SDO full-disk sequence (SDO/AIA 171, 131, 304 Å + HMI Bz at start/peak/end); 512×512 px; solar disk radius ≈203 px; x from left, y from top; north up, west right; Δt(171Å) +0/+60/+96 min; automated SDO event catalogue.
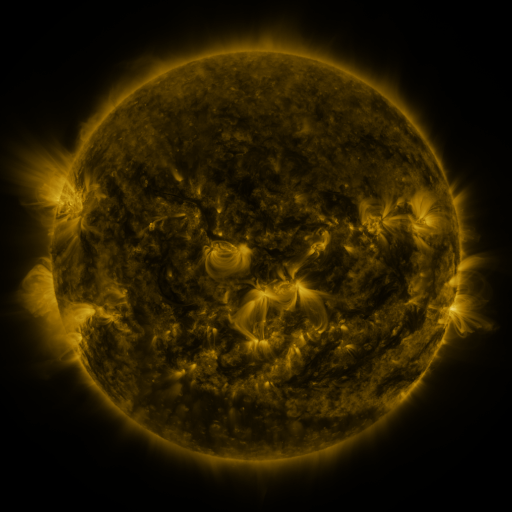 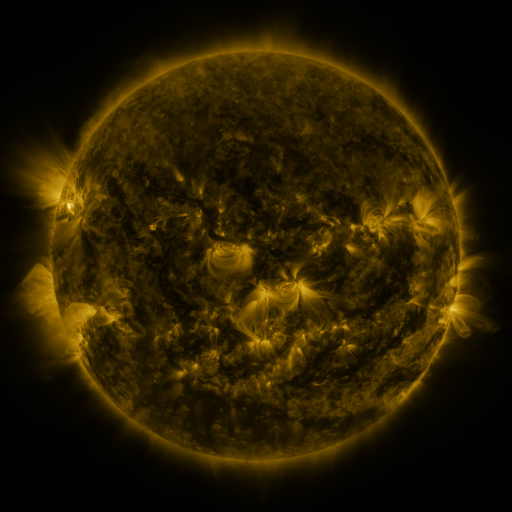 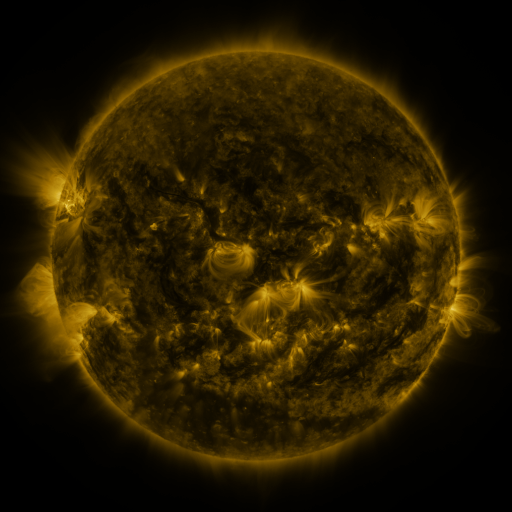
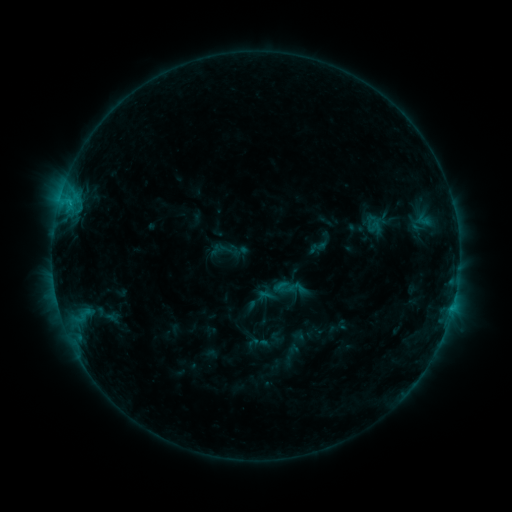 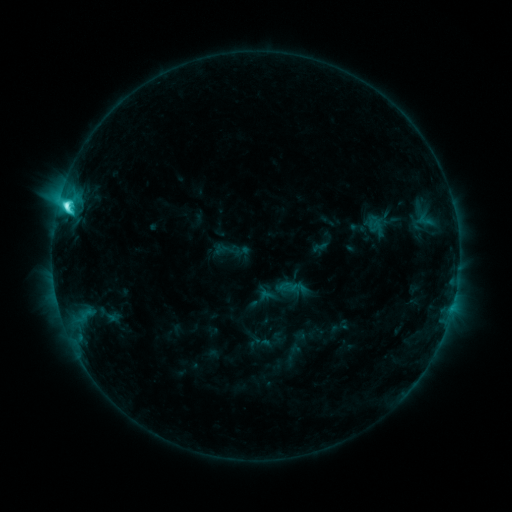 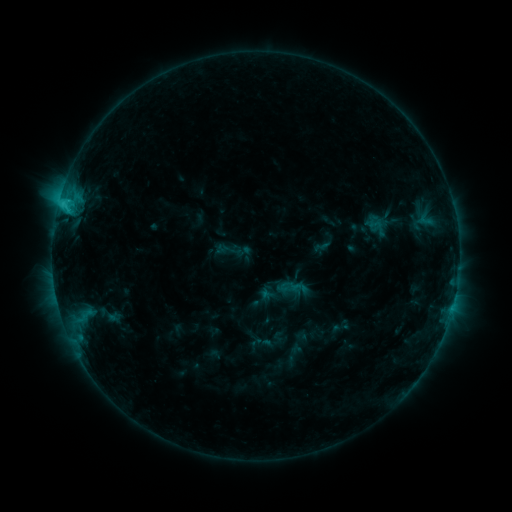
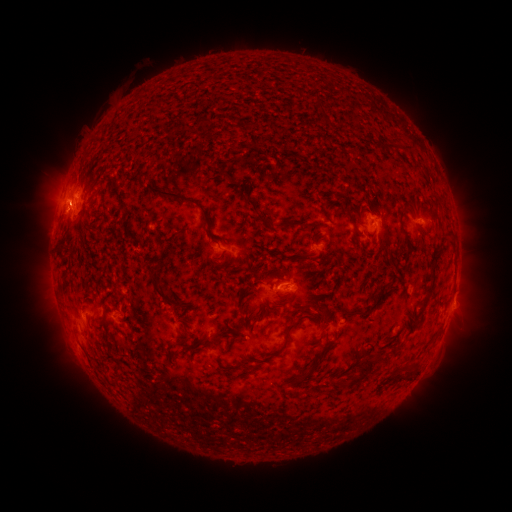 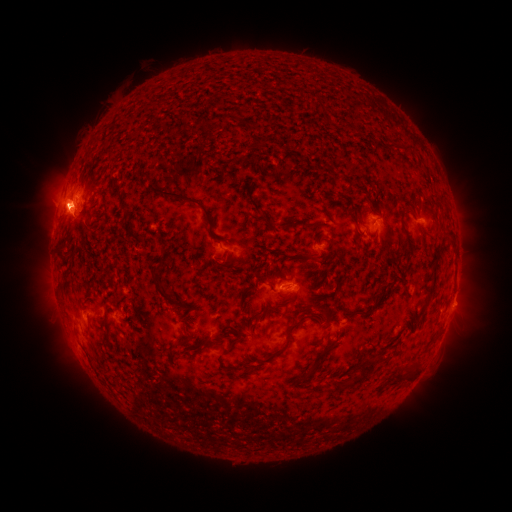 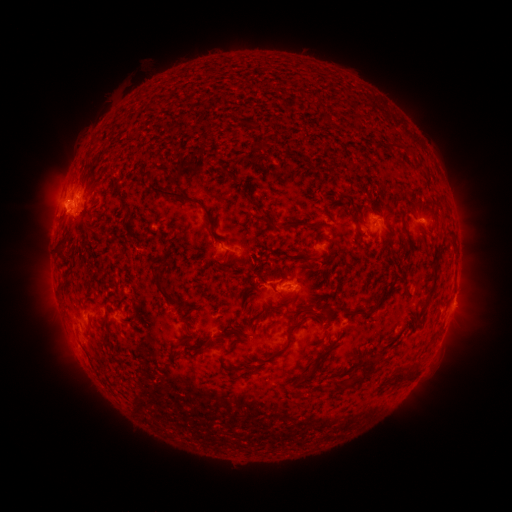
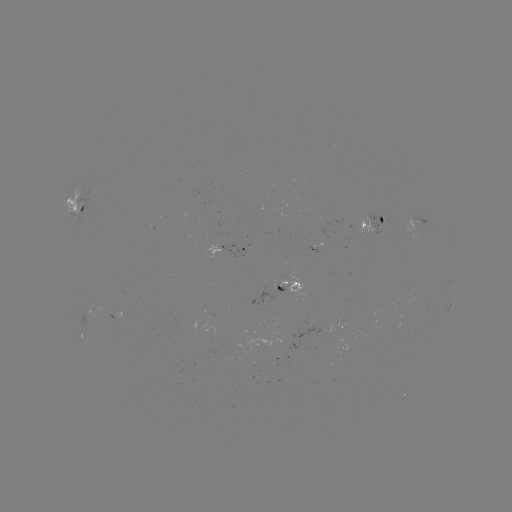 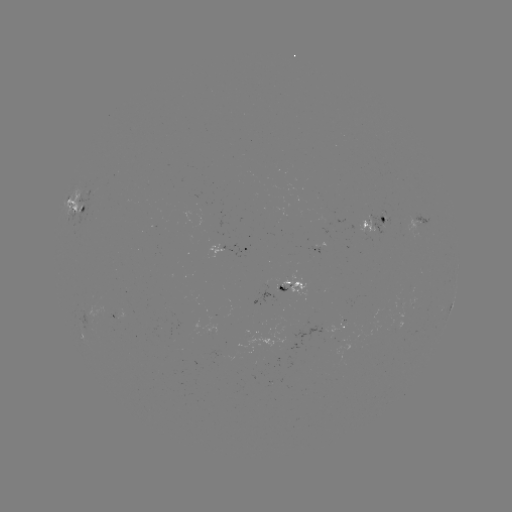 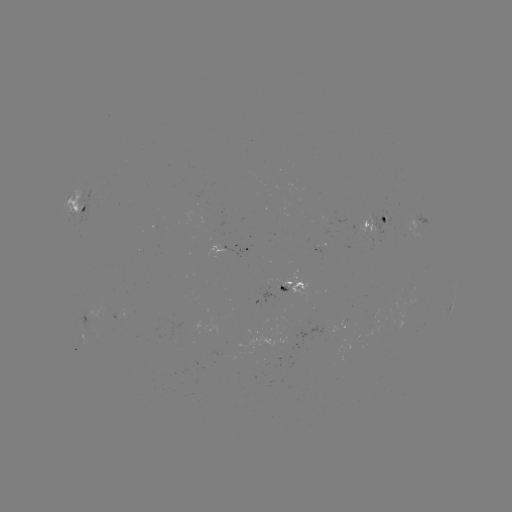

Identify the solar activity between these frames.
emerging-flux region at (279, 290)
